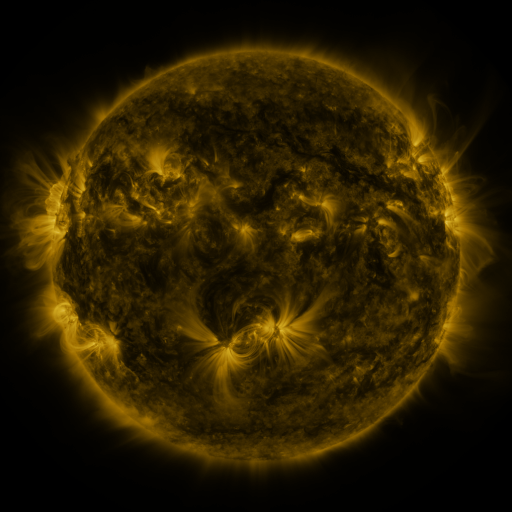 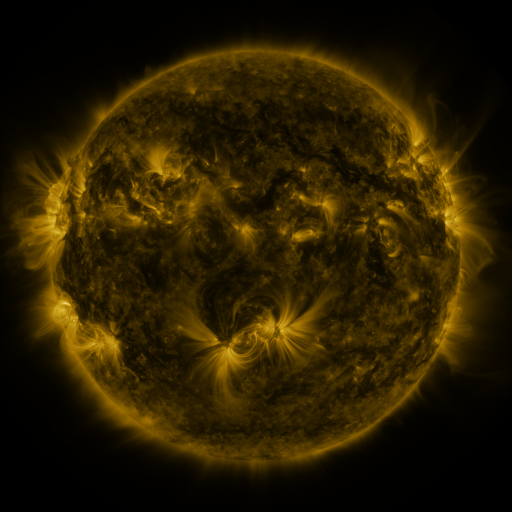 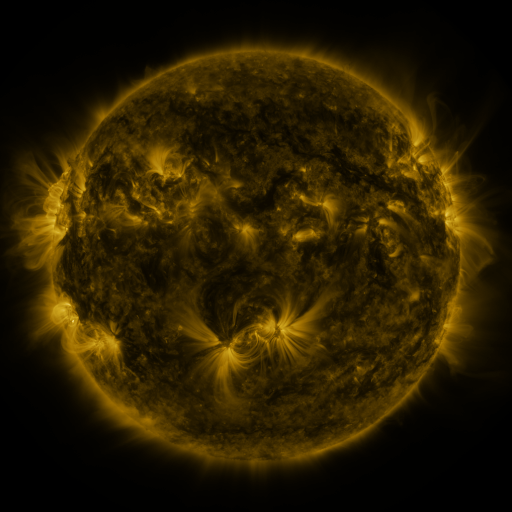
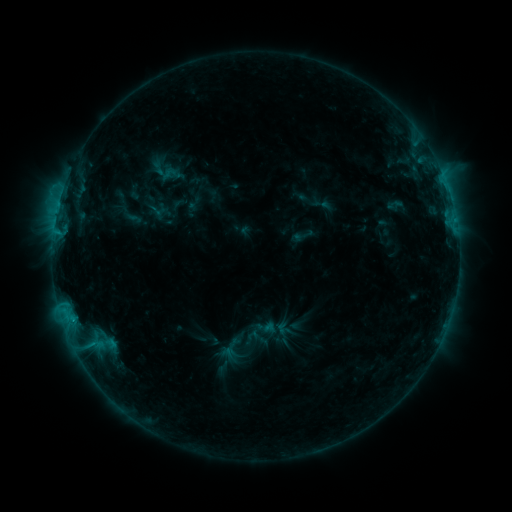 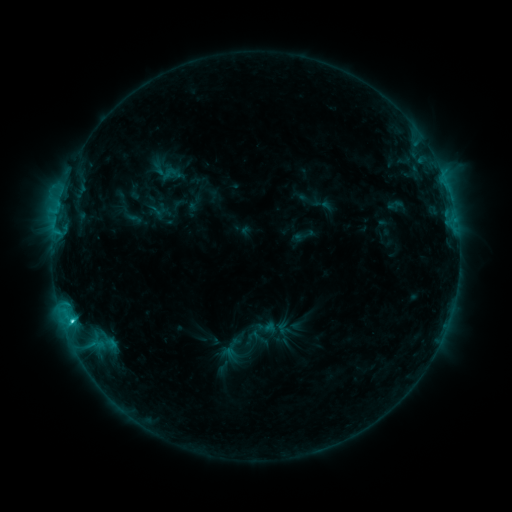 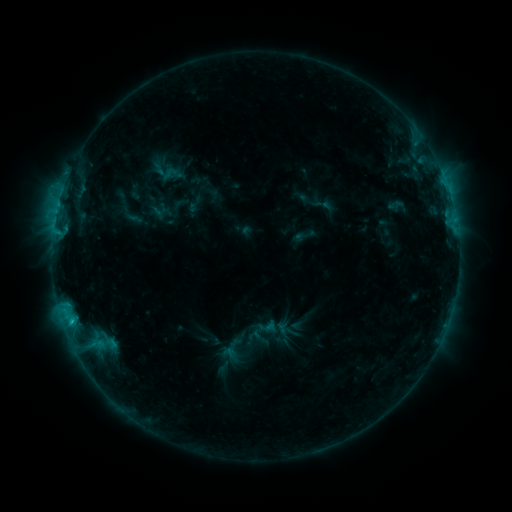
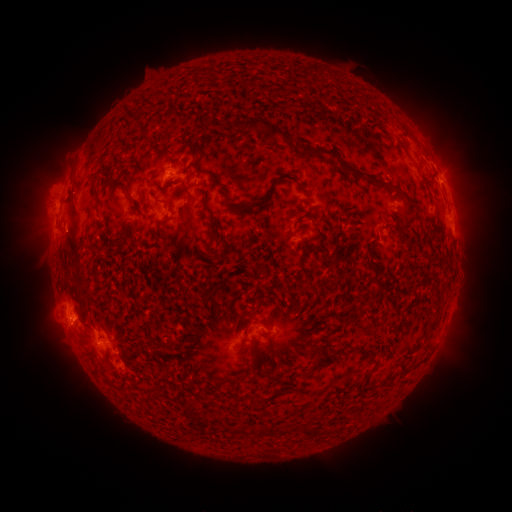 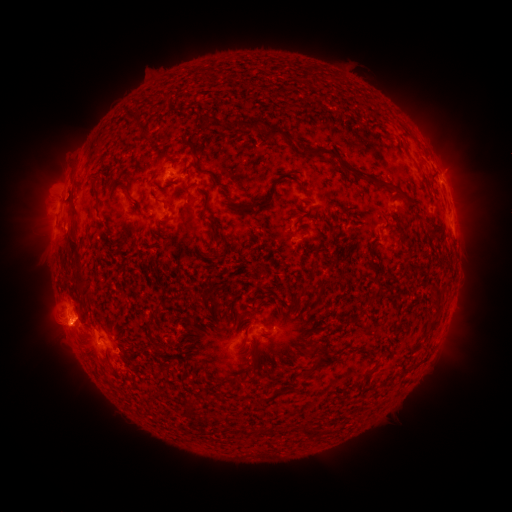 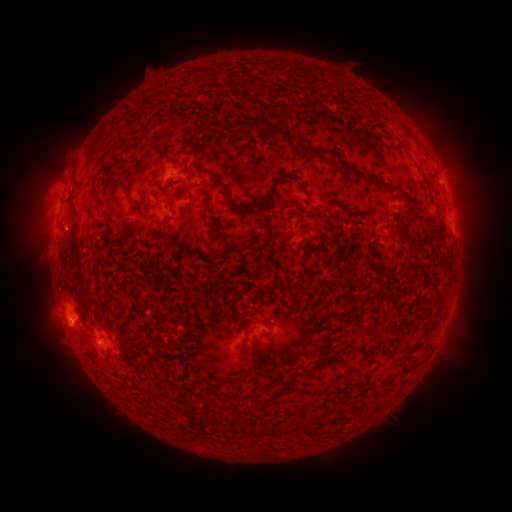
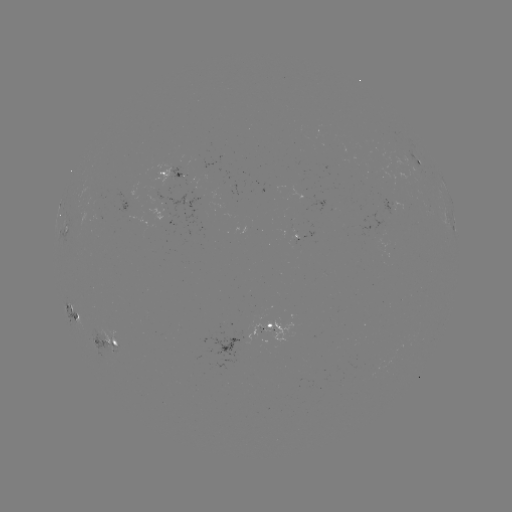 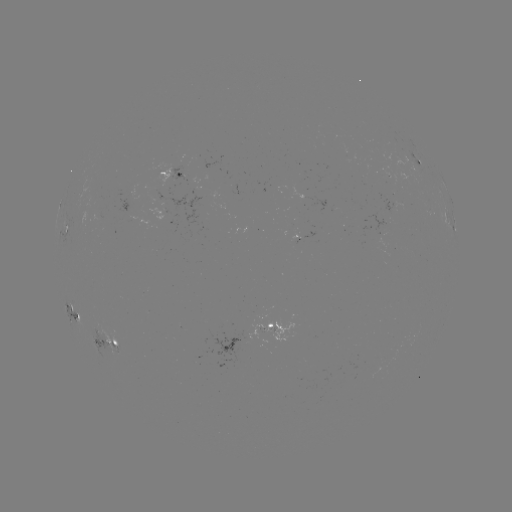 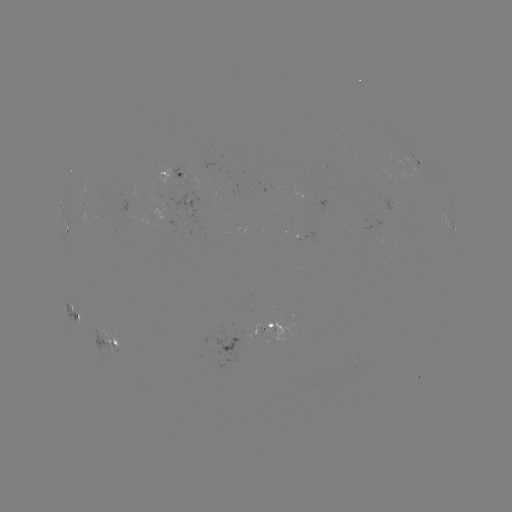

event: flare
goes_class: C2.6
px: (73, 321)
